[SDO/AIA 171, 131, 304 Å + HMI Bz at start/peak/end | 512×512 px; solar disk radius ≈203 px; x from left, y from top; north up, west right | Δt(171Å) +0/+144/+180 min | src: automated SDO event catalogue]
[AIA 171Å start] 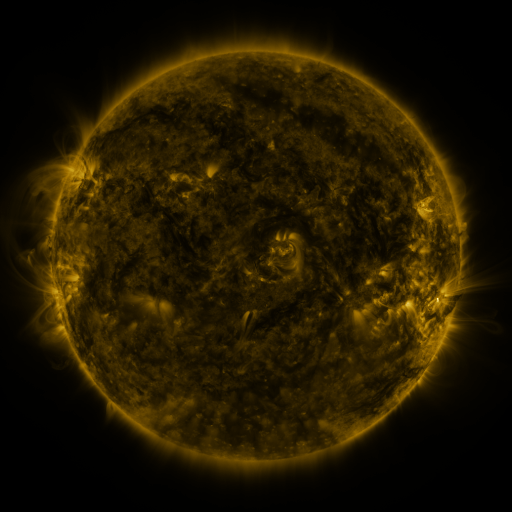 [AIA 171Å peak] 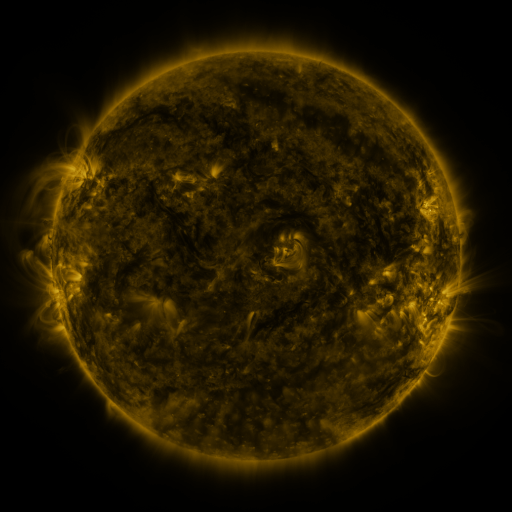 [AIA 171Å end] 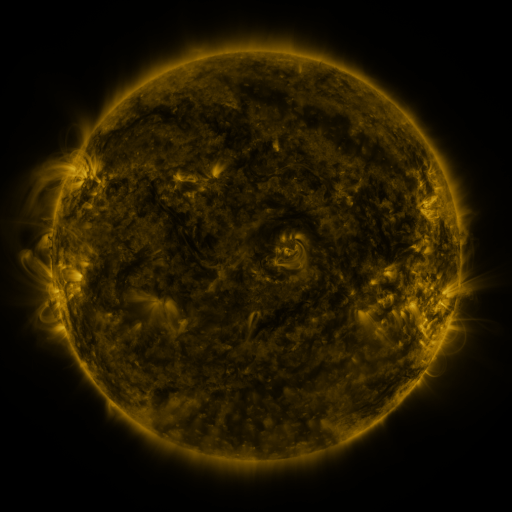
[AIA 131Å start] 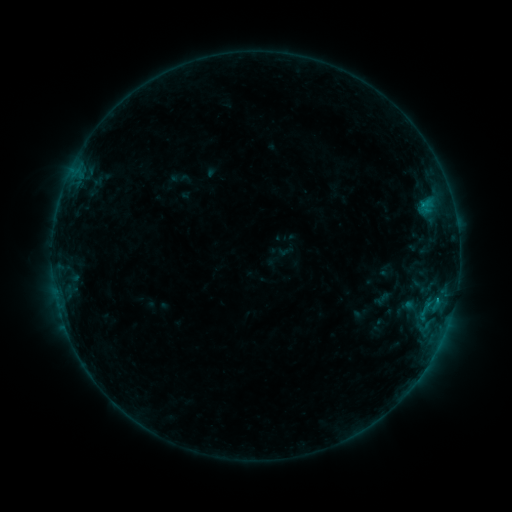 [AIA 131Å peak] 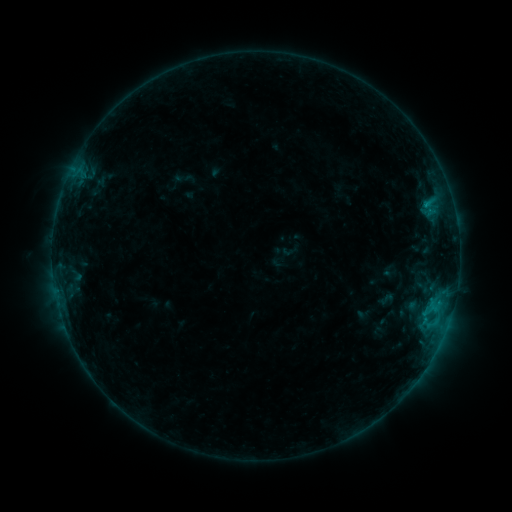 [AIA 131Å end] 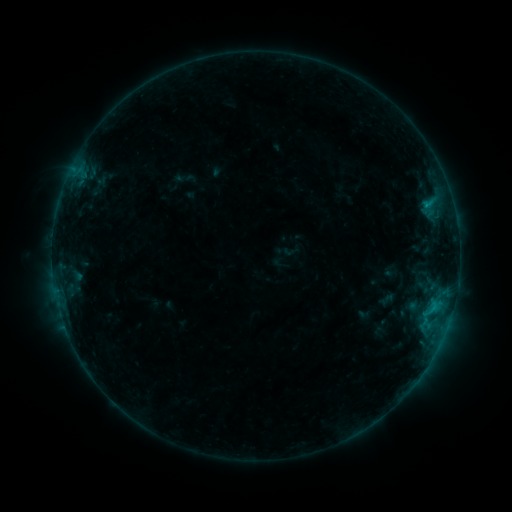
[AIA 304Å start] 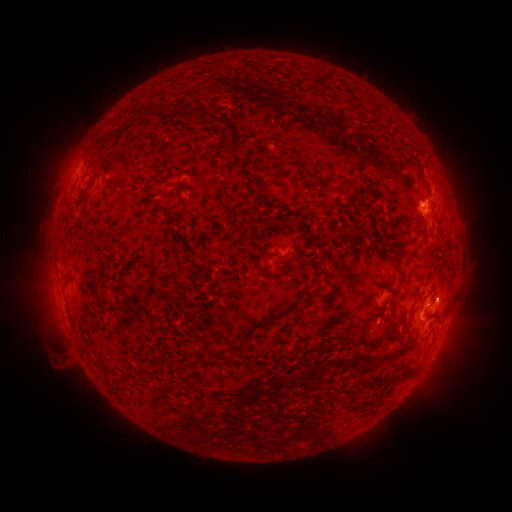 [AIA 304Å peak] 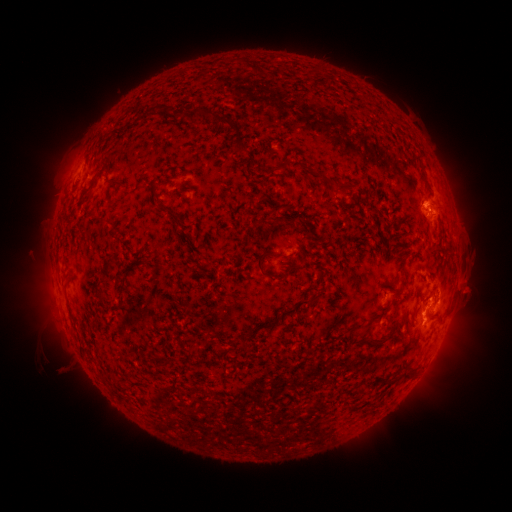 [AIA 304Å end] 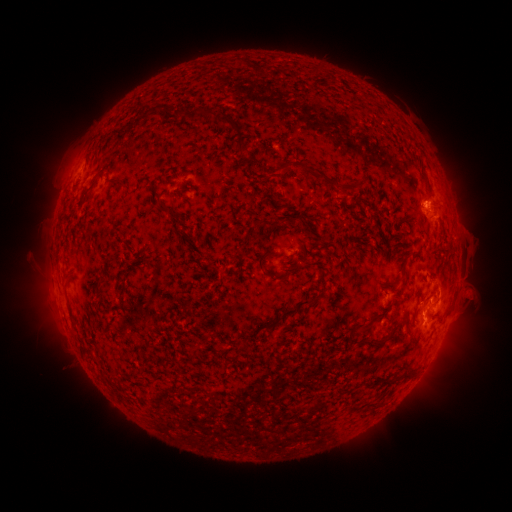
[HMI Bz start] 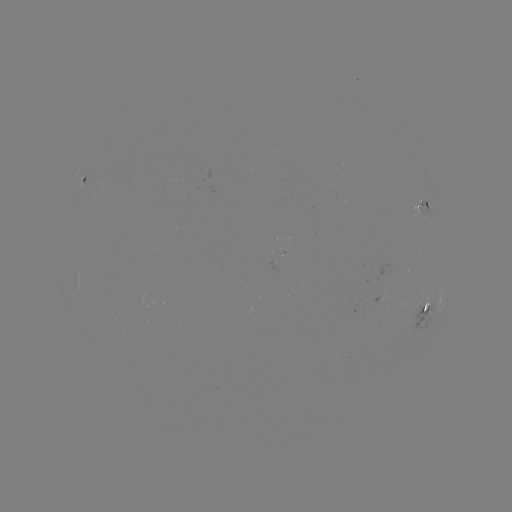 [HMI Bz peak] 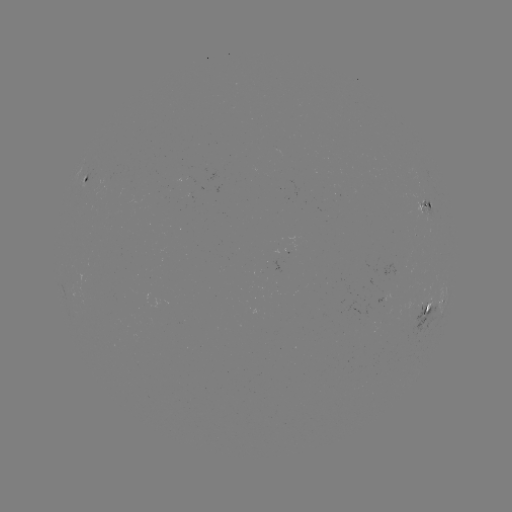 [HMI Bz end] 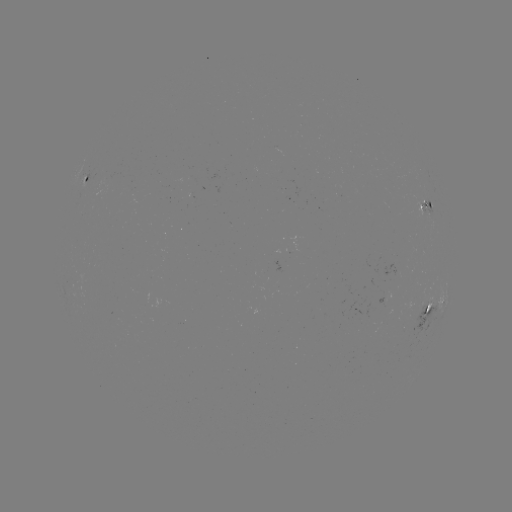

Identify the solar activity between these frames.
emerging-flux region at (393, 270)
